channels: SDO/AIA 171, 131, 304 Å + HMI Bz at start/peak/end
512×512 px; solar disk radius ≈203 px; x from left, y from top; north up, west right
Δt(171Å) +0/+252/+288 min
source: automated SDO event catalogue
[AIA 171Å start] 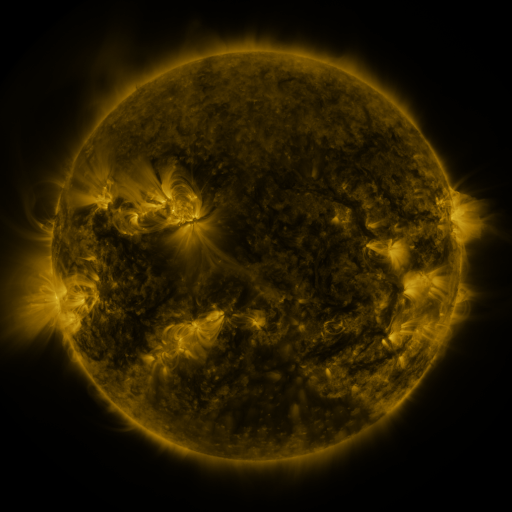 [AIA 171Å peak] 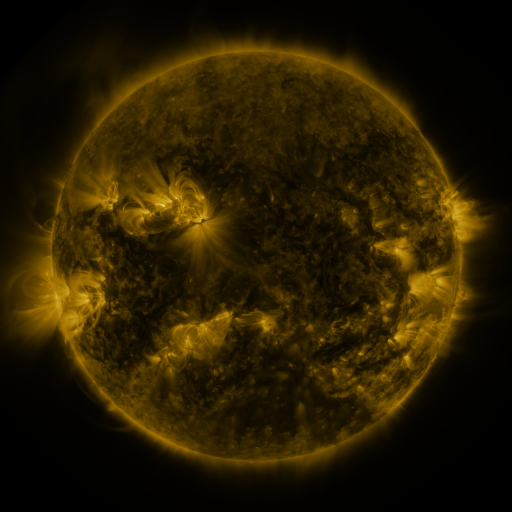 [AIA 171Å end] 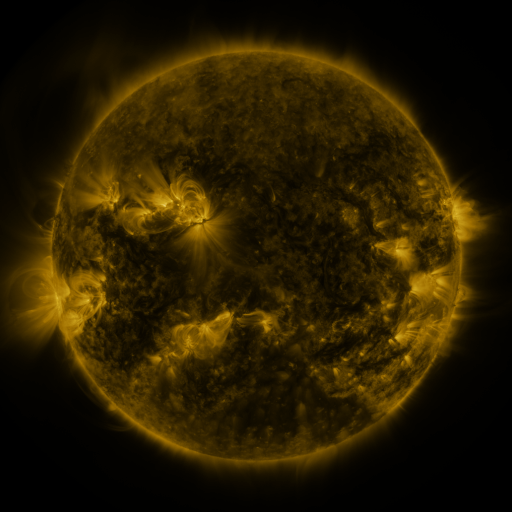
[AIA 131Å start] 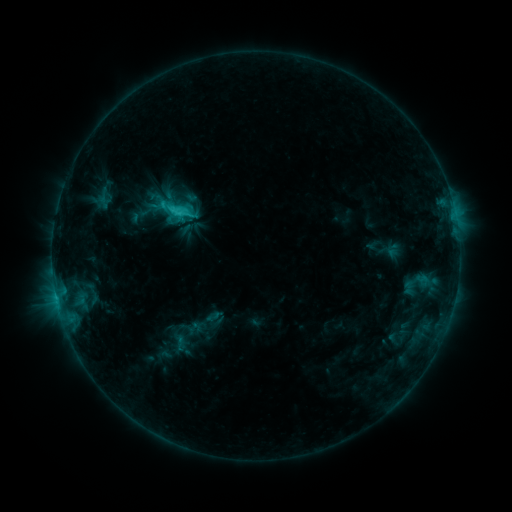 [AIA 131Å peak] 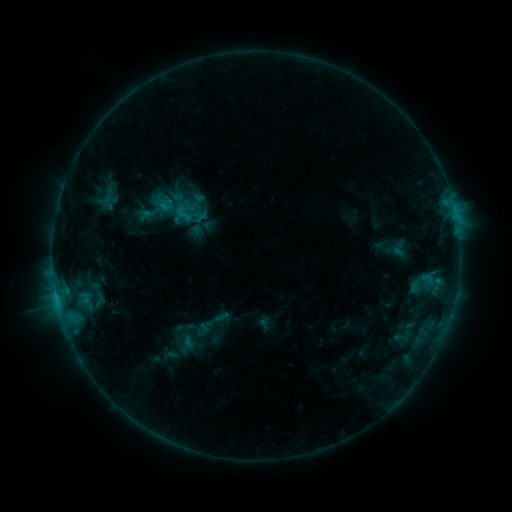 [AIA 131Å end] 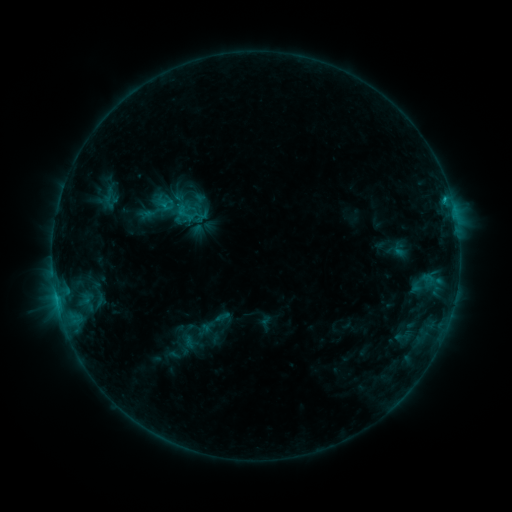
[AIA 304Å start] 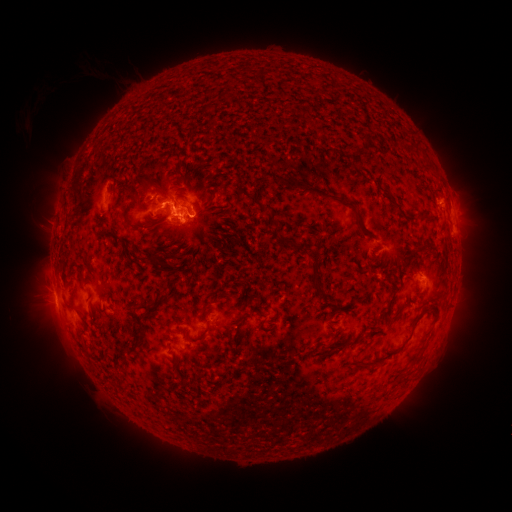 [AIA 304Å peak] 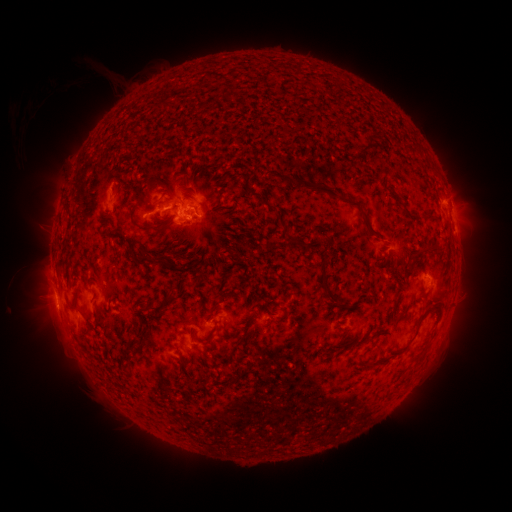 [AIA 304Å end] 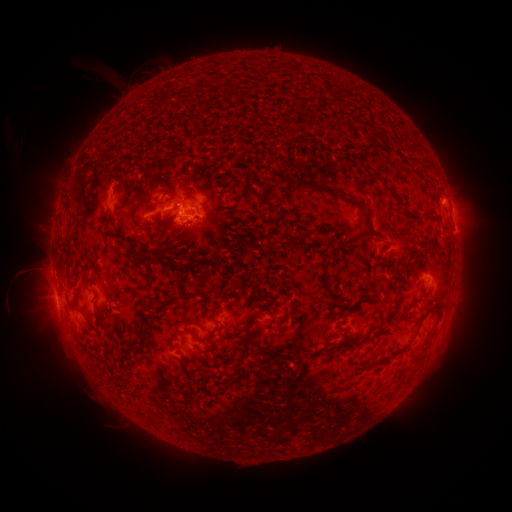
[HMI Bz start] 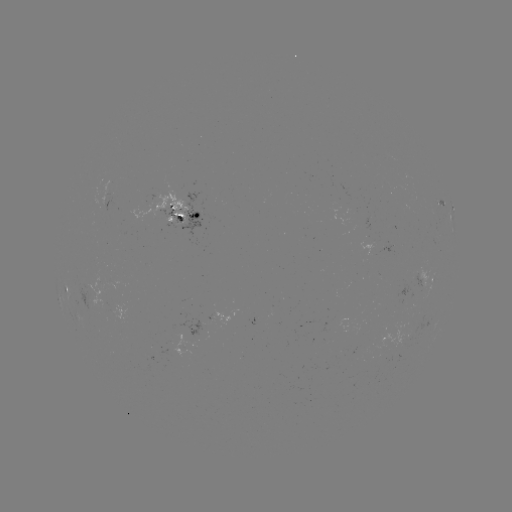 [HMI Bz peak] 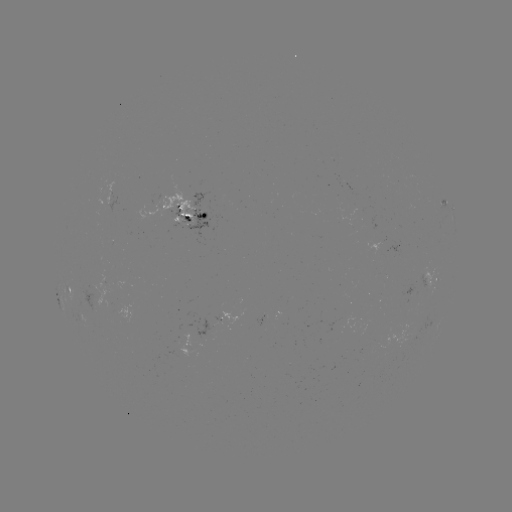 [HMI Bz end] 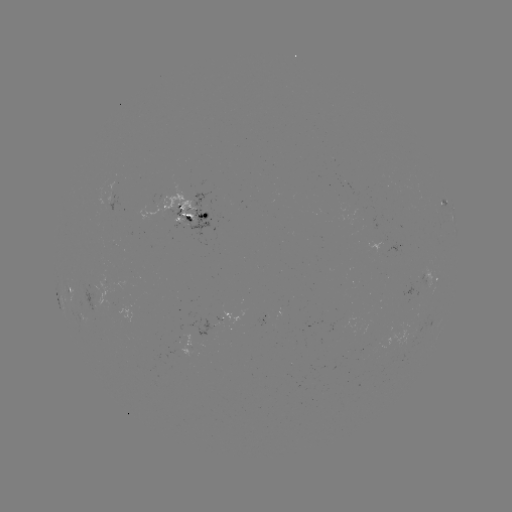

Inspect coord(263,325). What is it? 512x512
emerging-flux region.